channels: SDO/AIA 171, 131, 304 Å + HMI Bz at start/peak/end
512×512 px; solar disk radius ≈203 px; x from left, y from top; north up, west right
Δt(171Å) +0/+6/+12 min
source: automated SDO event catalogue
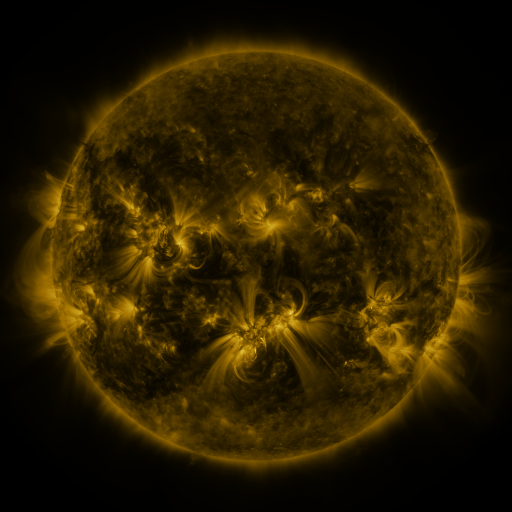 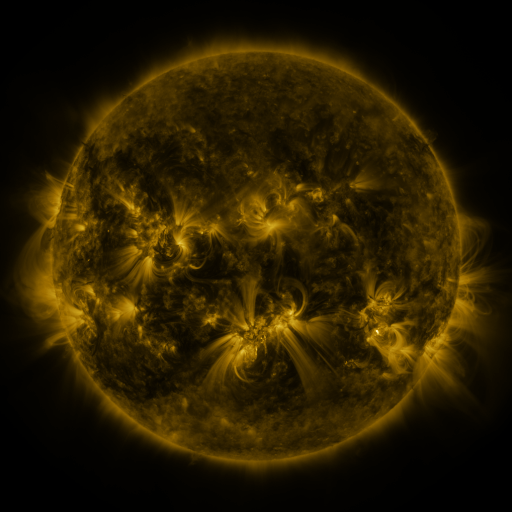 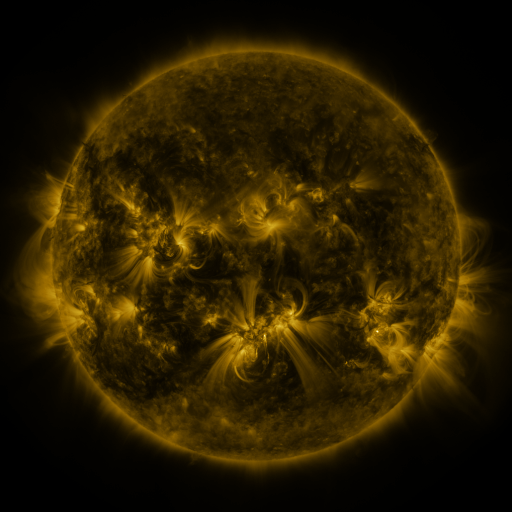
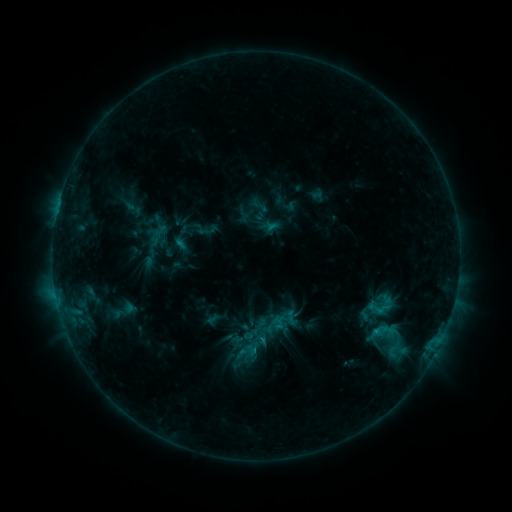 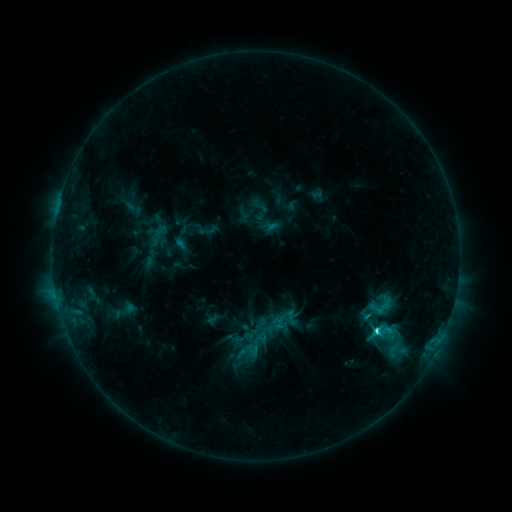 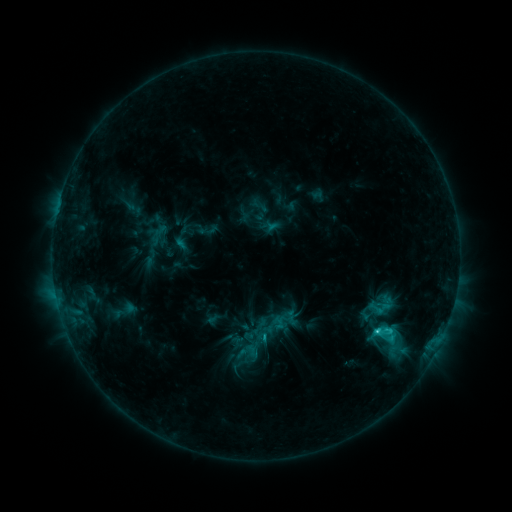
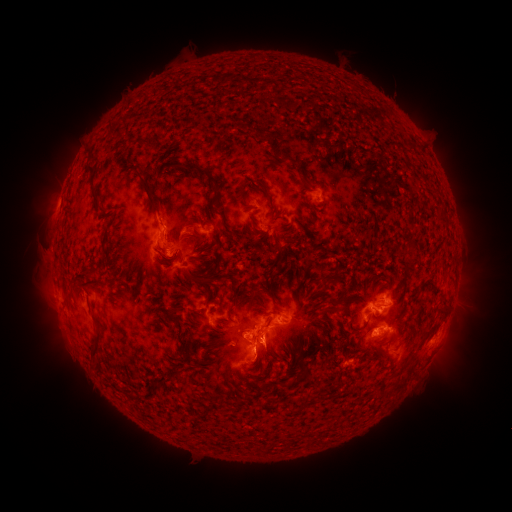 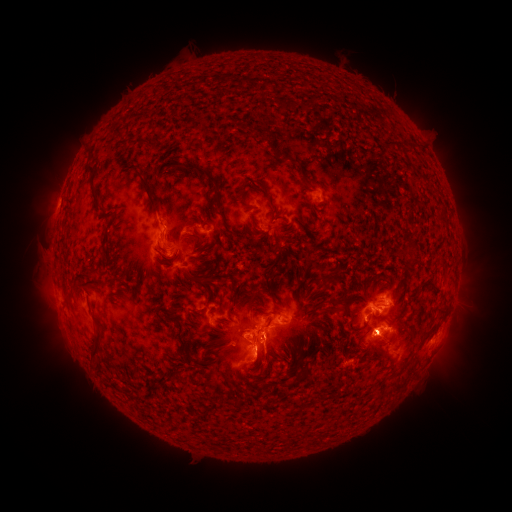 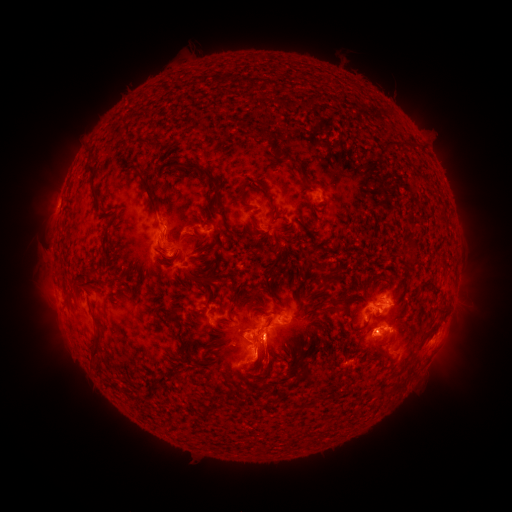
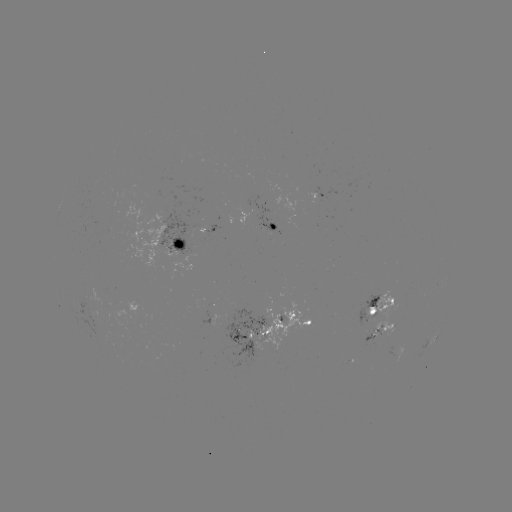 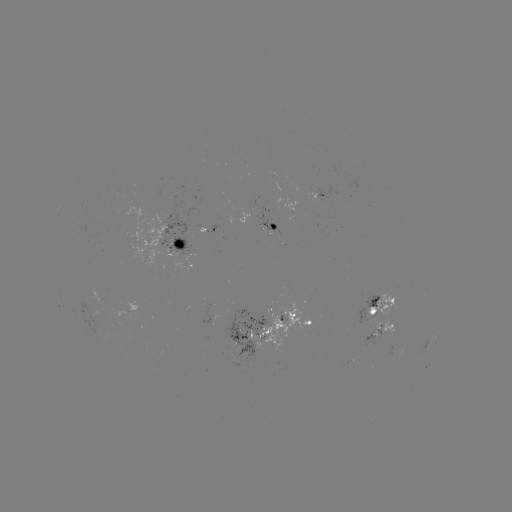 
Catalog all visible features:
C5.2 flare: (377, 329)
